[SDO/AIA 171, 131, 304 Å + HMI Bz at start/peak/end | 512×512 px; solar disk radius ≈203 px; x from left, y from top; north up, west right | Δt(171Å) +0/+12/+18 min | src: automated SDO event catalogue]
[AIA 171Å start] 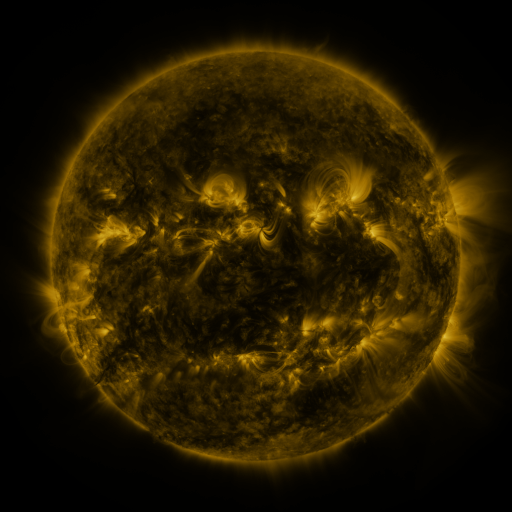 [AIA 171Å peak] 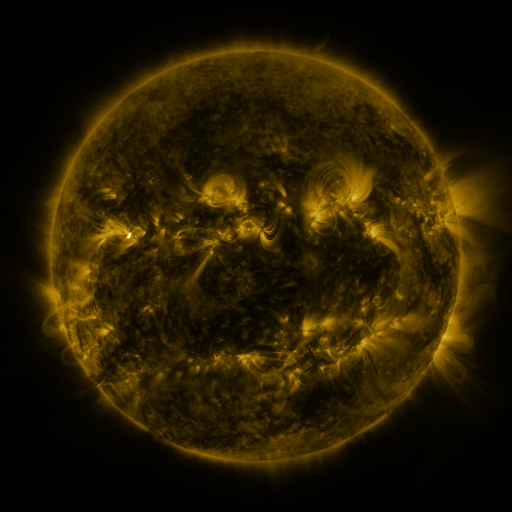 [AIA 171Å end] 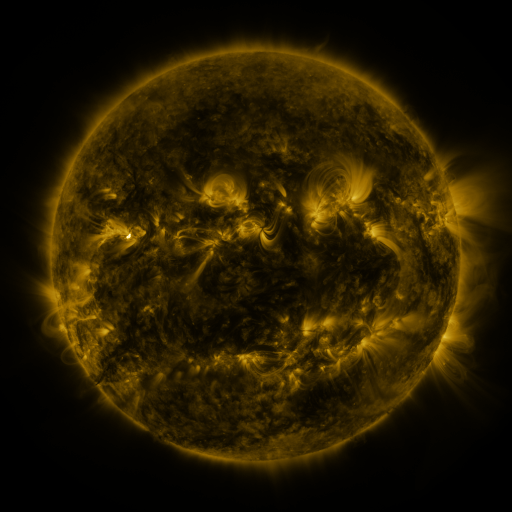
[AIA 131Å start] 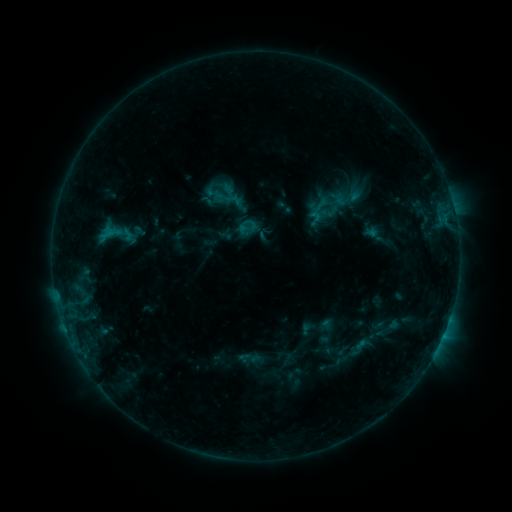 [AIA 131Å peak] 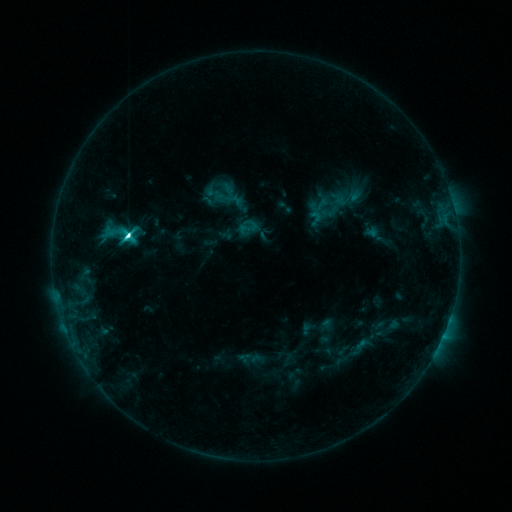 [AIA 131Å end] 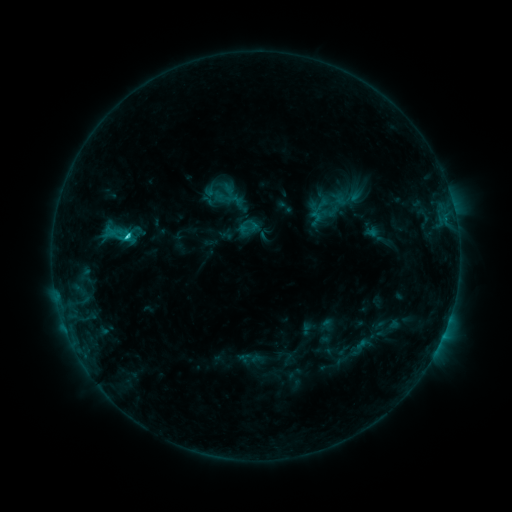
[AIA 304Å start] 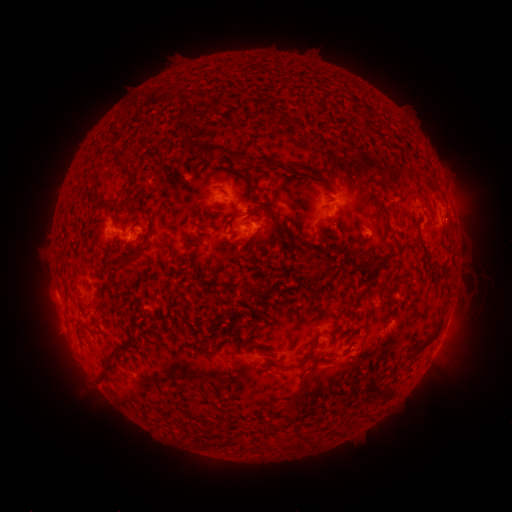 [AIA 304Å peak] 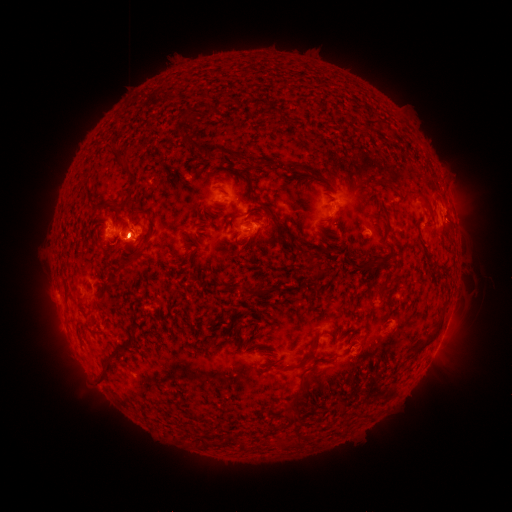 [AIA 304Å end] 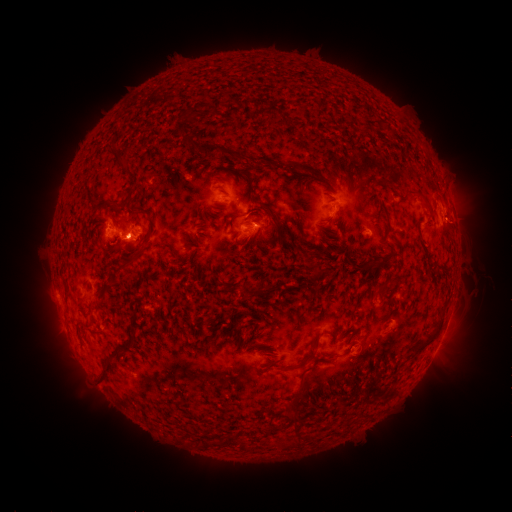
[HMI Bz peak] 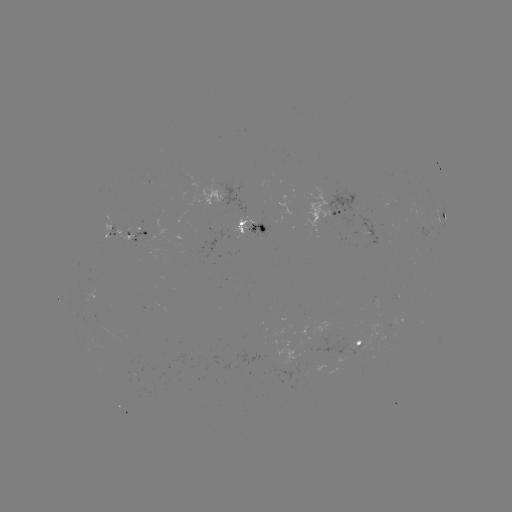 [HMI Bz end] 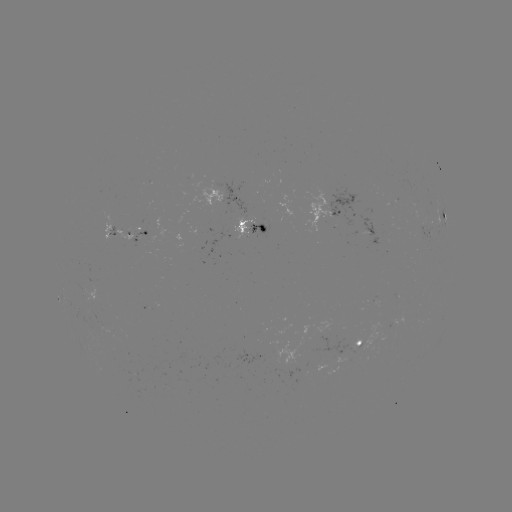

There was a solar flare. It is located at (128, 237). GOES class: C7.0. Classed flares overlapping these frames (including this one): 1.